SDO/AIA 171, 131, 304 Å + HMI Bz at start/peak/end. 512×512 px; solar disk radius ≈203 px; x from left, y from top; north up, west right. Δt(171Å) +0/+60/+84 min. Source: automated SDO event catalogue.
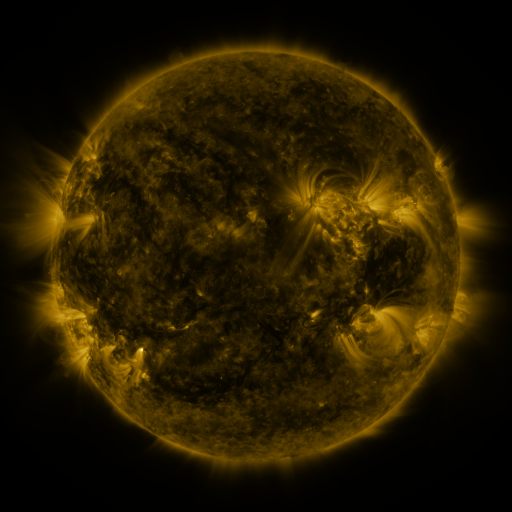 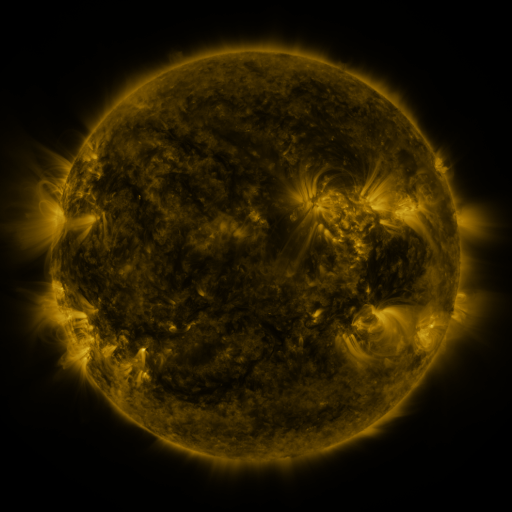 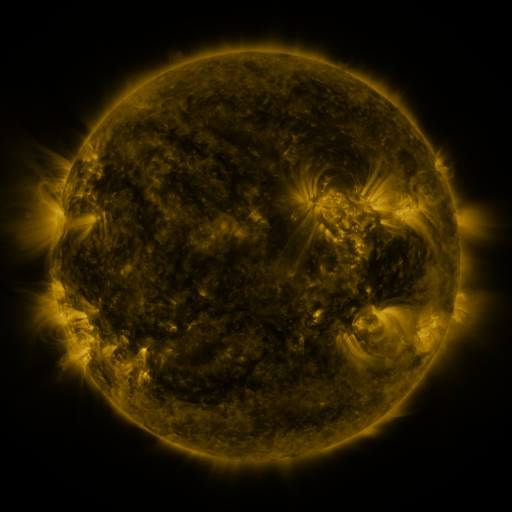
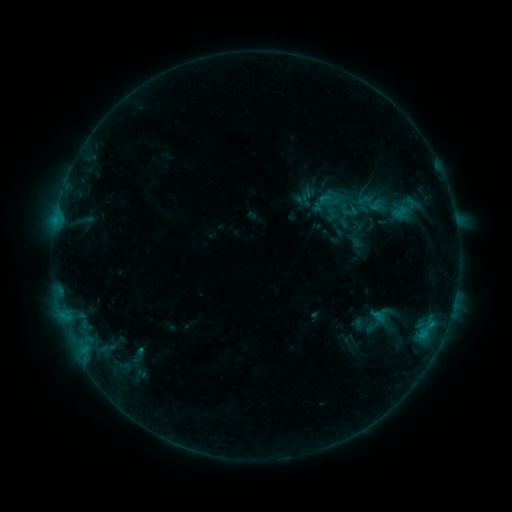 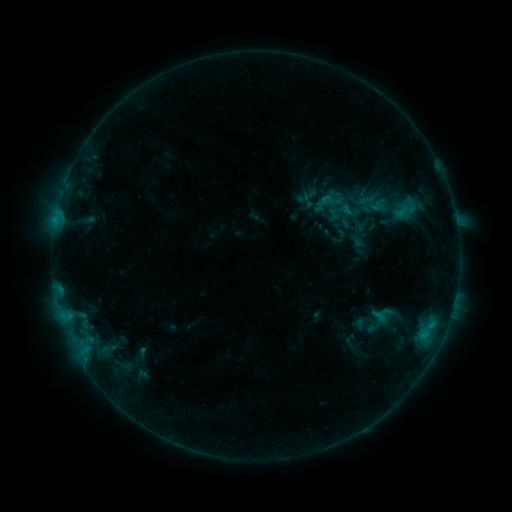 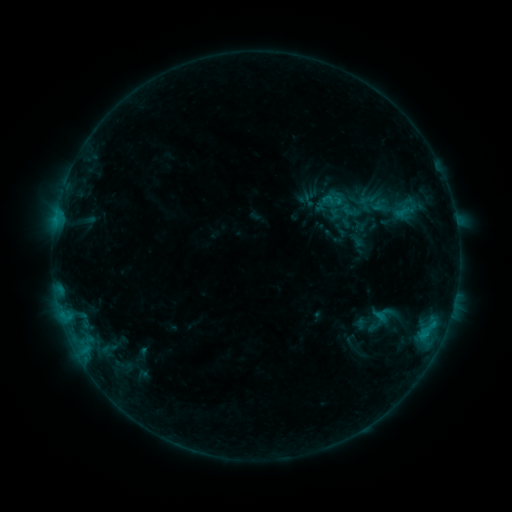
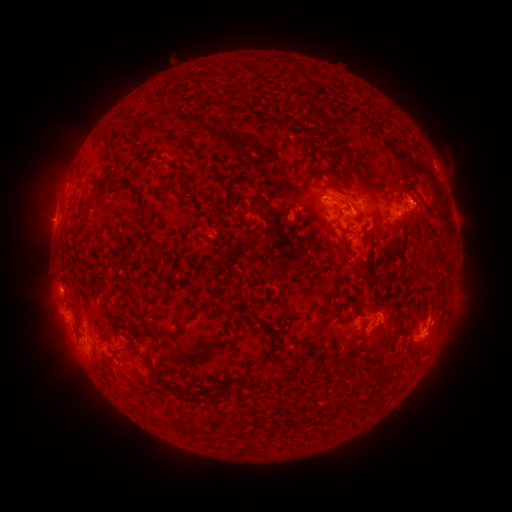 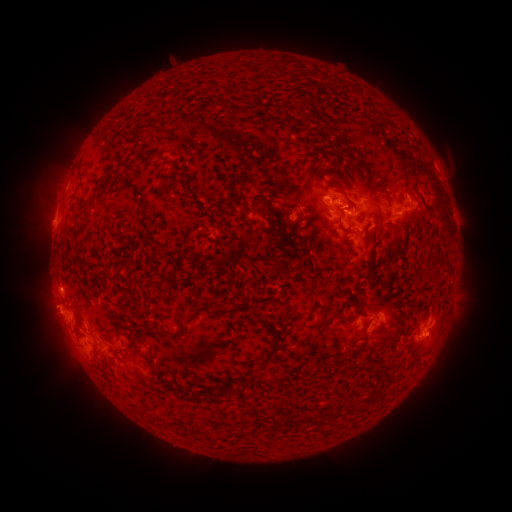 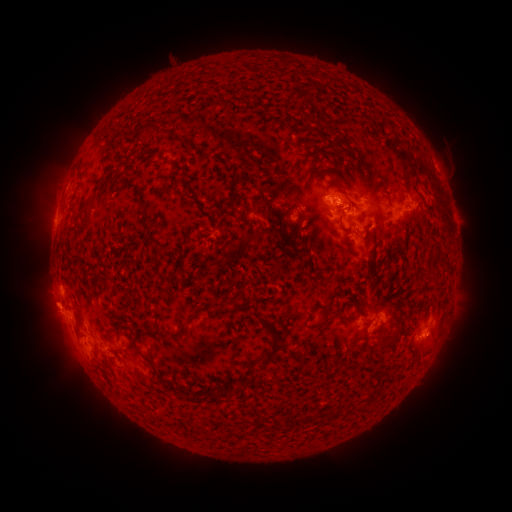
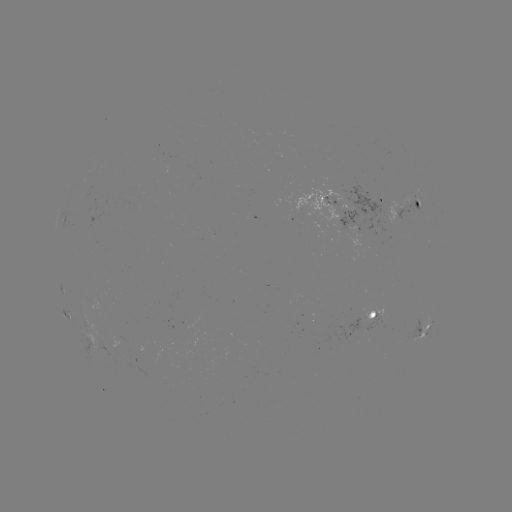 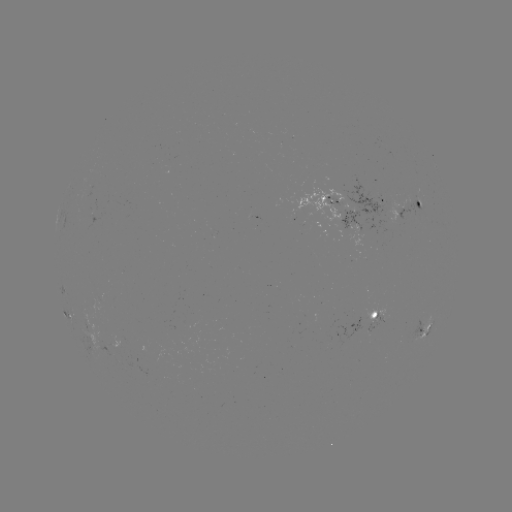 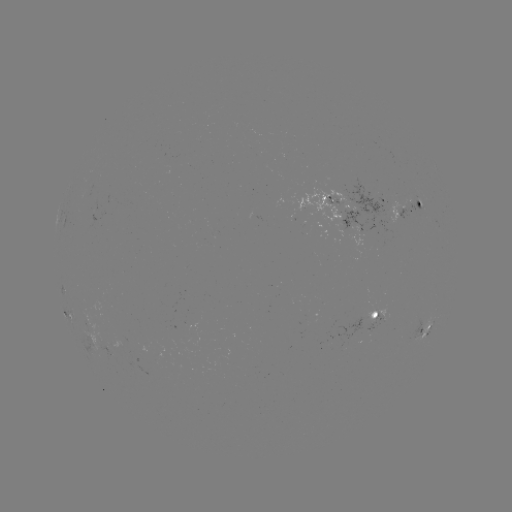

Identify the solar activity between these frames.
emerging-flux region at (111, 349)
